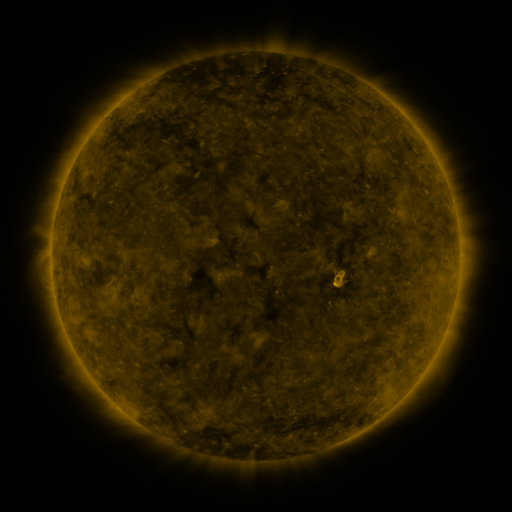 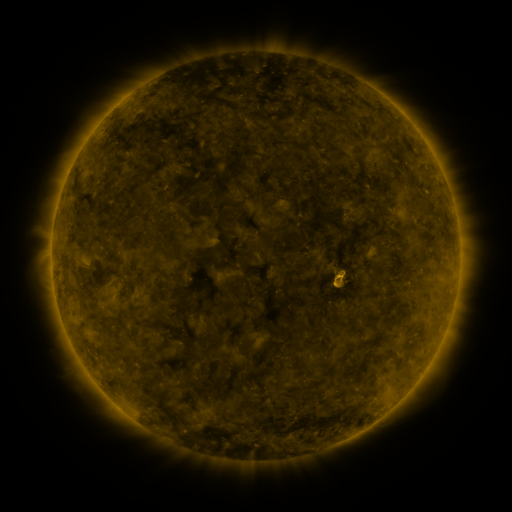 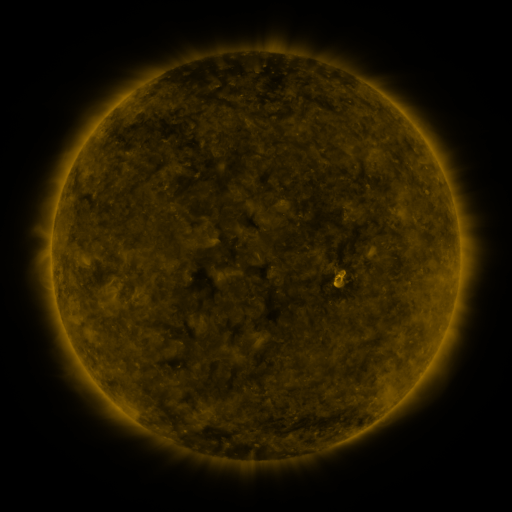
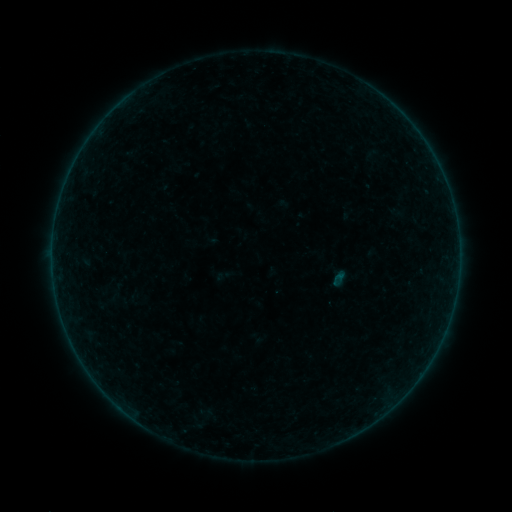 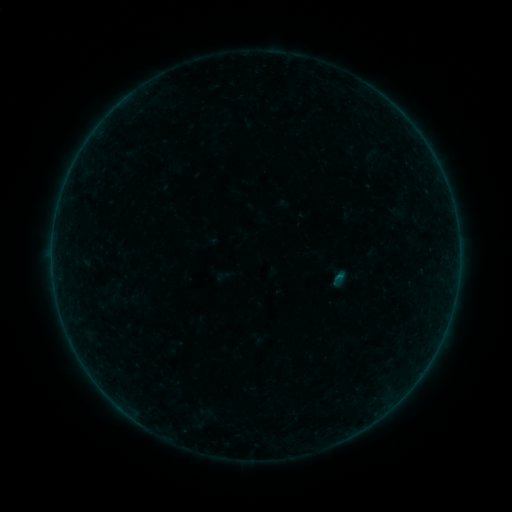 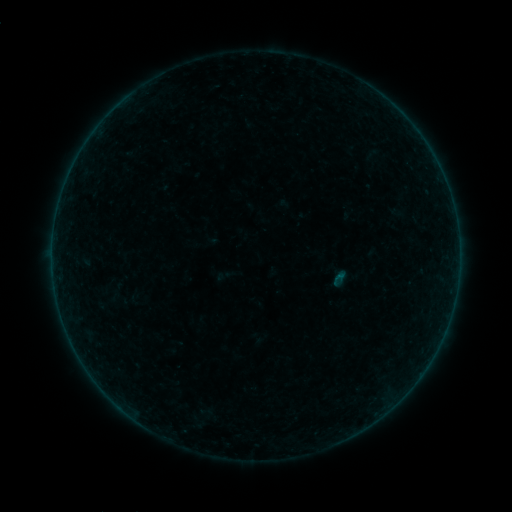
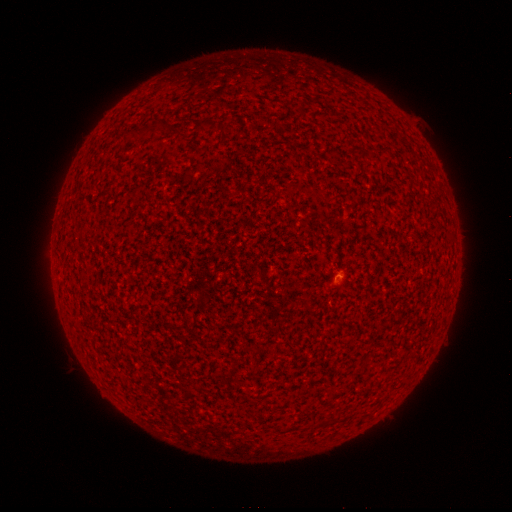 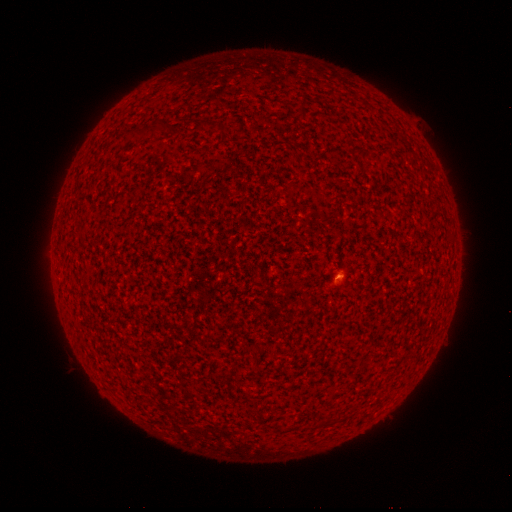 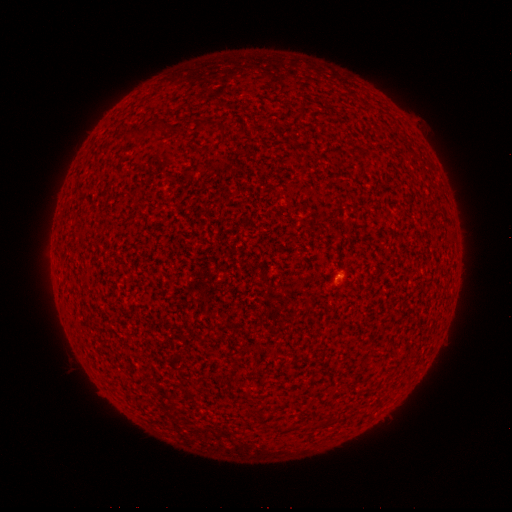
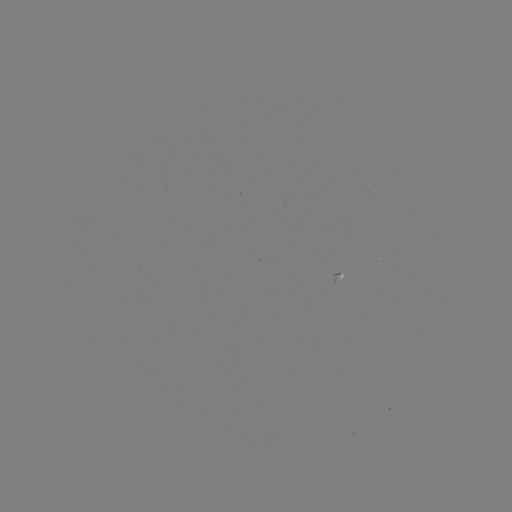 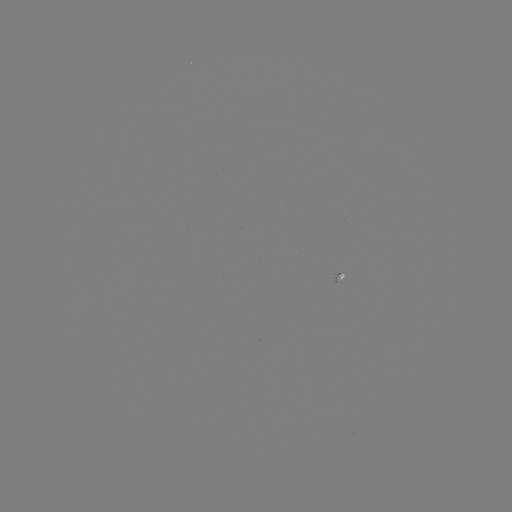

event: flare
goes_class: A4.9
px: (335, 275)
